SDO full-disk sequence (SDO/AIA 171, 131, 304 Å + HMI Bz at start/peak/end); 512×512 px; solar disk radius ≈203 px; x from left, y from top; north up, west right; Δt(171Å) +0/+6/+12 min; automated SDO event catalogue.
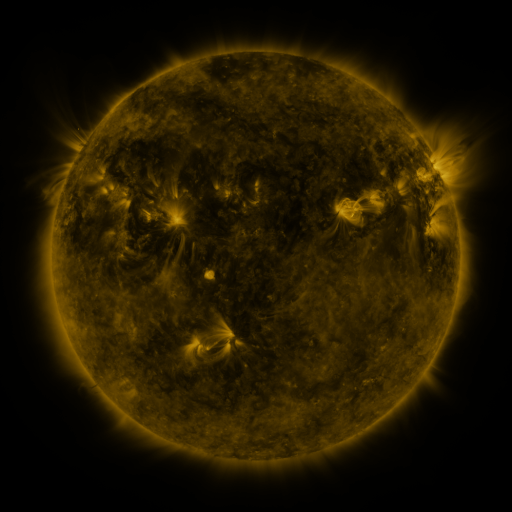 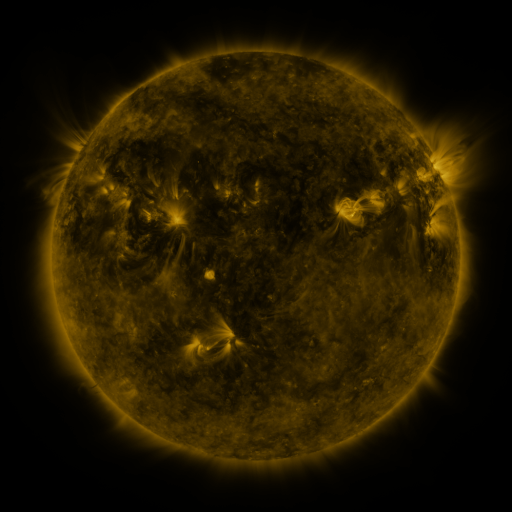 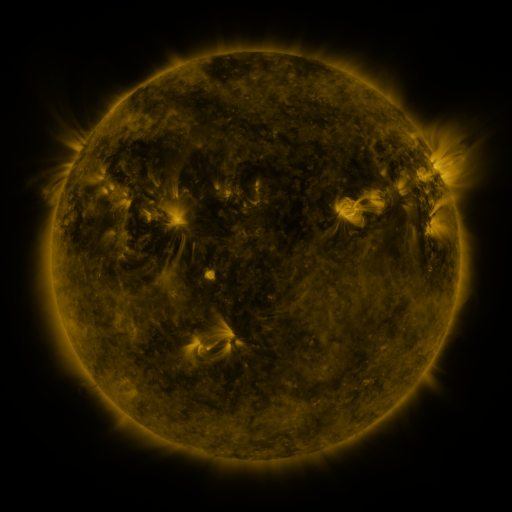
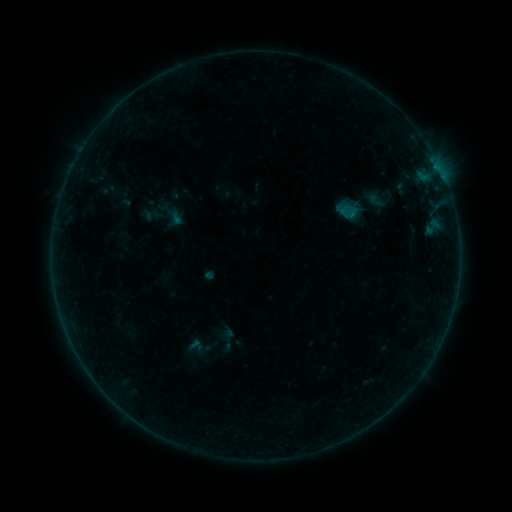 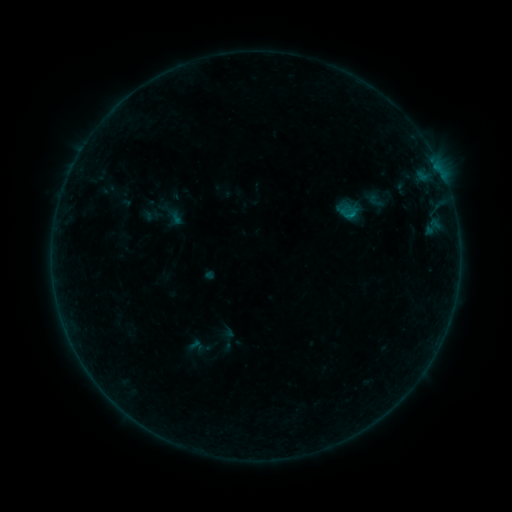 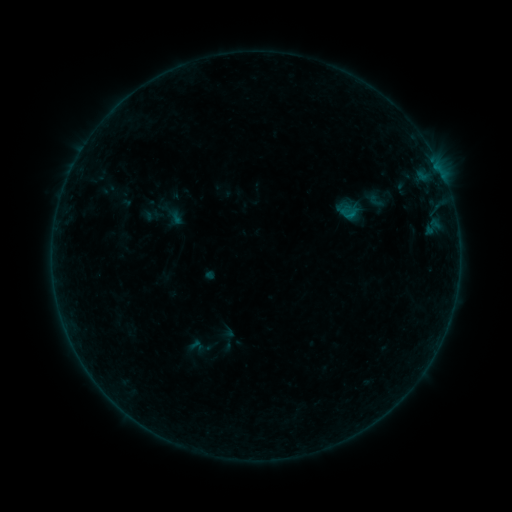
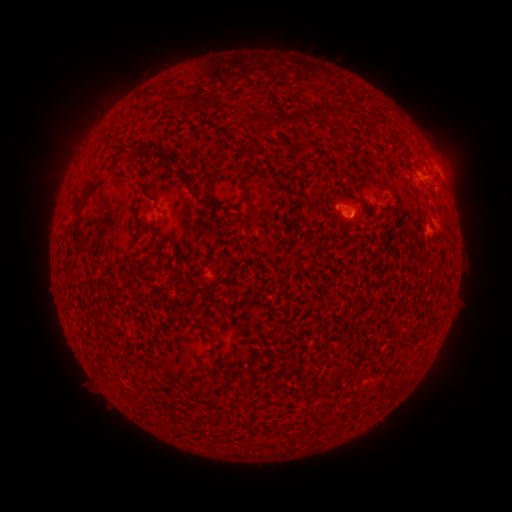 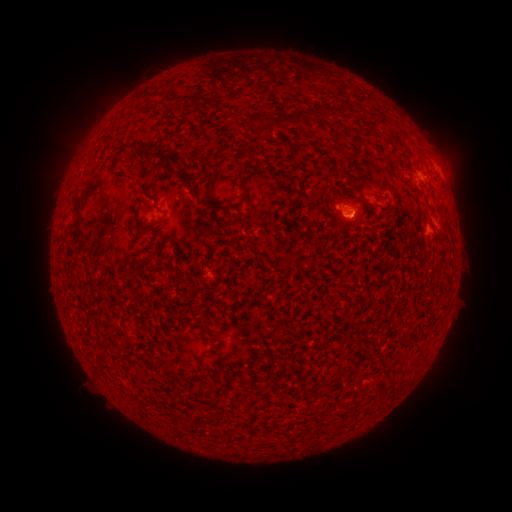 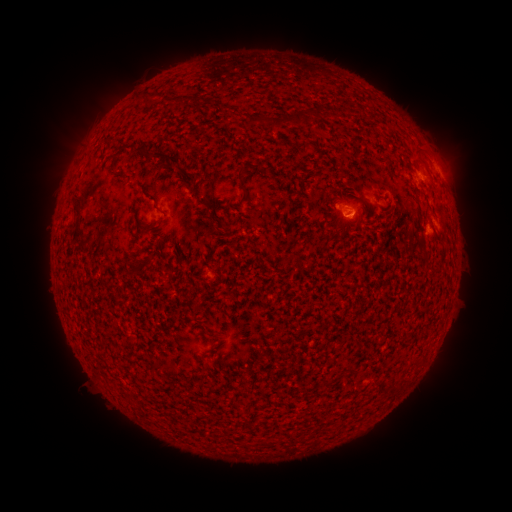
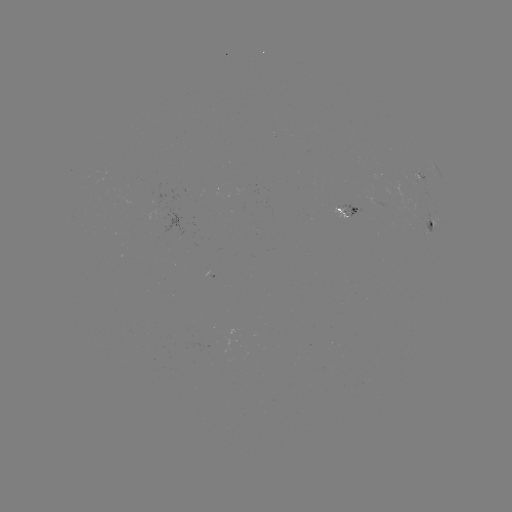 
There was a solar flare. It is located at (350, 218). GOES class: B1.6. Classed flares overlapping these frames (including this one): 1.